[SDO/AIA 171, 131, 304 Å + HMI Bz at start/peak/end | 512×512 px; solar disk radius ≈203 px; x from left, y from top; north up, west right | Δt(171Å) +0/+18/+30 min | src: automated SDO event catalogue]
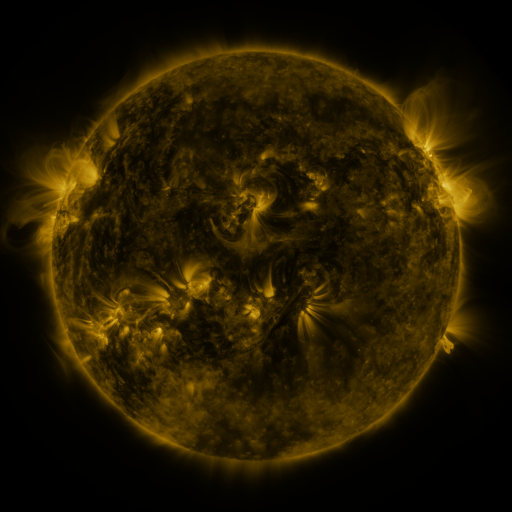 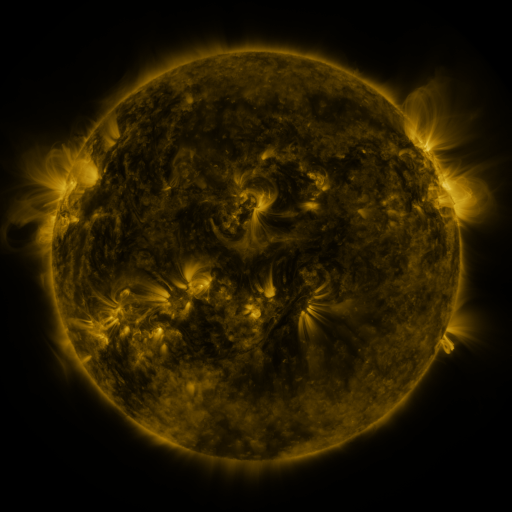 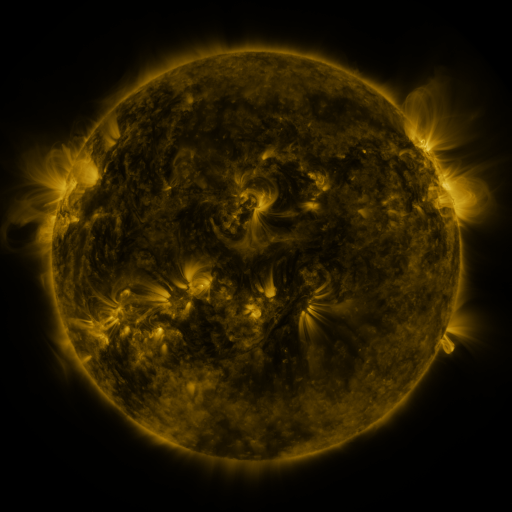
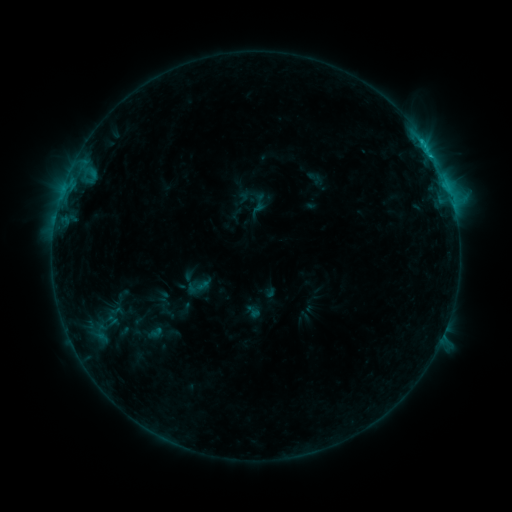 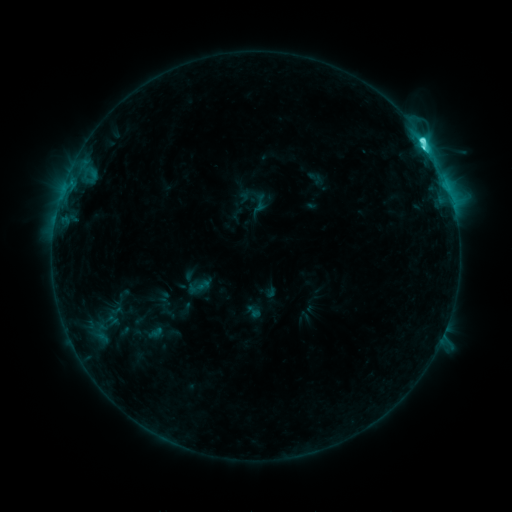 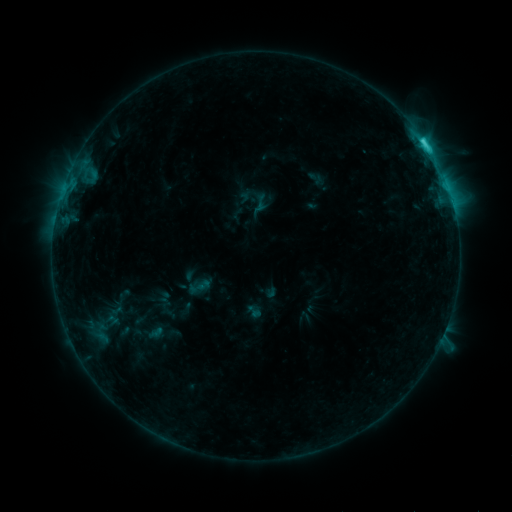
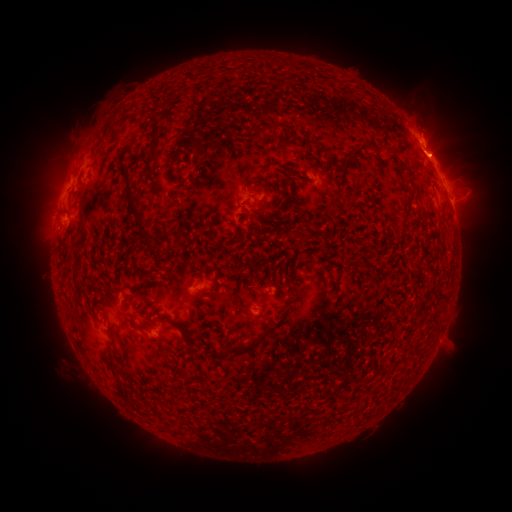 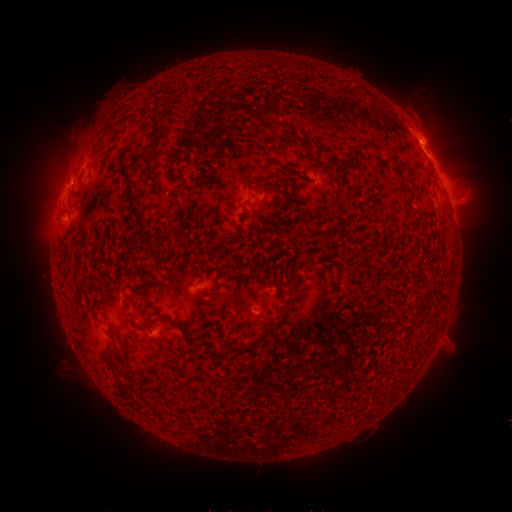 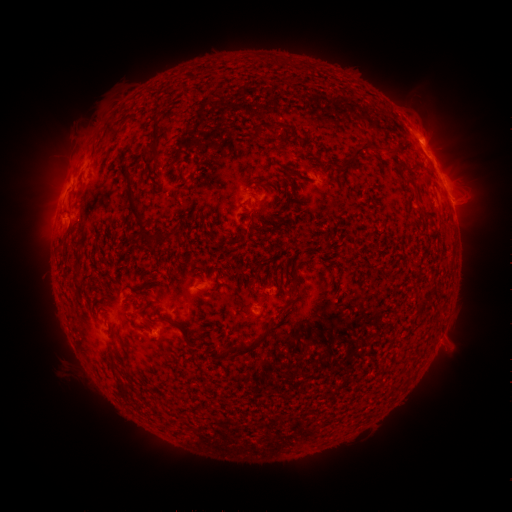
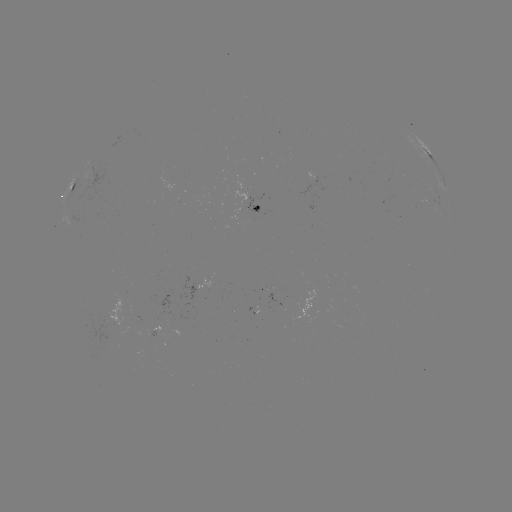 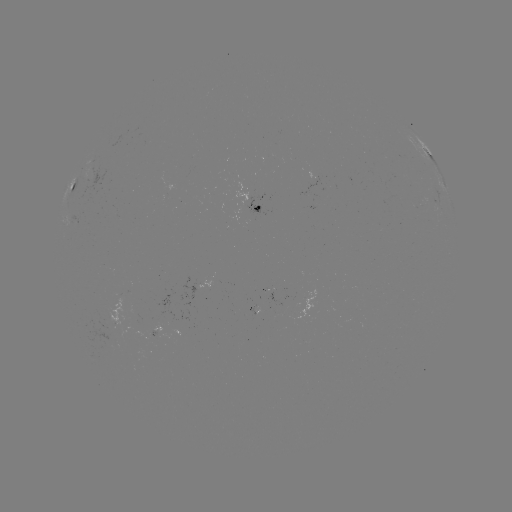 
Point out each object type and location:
C5.5 flare: (423, 142)
